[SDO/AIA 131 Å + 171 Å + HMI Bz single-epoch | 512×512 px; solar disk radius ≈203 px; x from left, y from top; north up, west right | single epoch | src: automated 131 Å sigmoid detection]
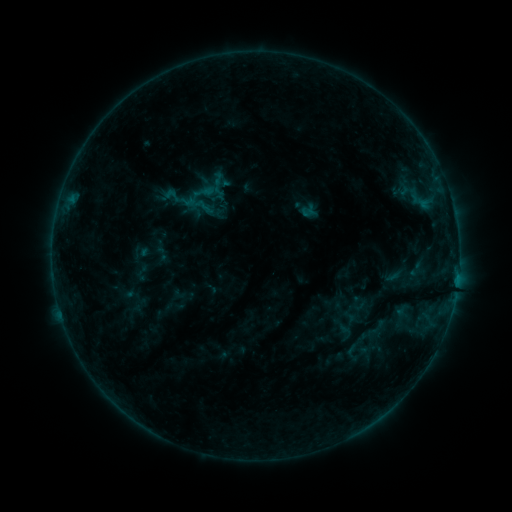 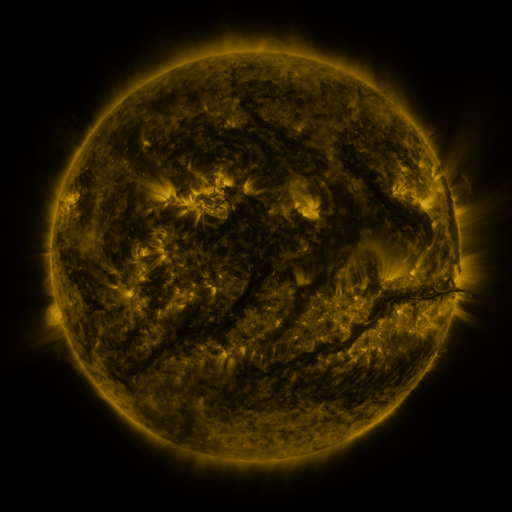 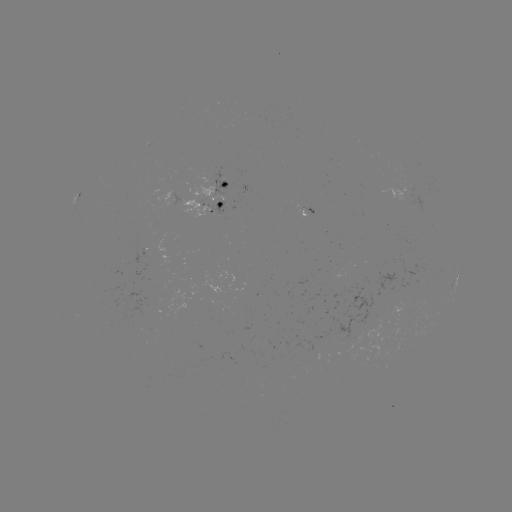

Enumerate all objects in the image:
sigmoid: [407, 258, 426, 281]
sigmoid: [335, 321, 355, 343]
